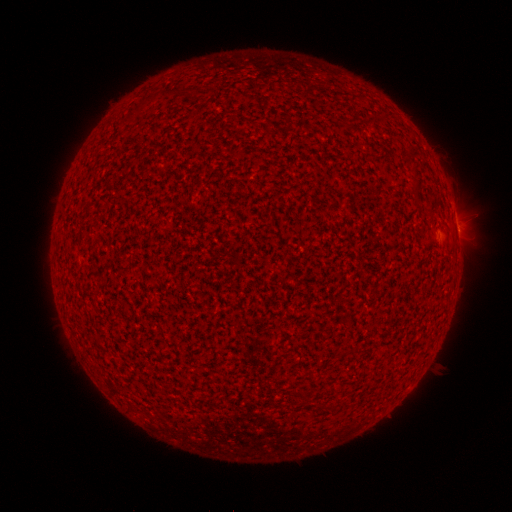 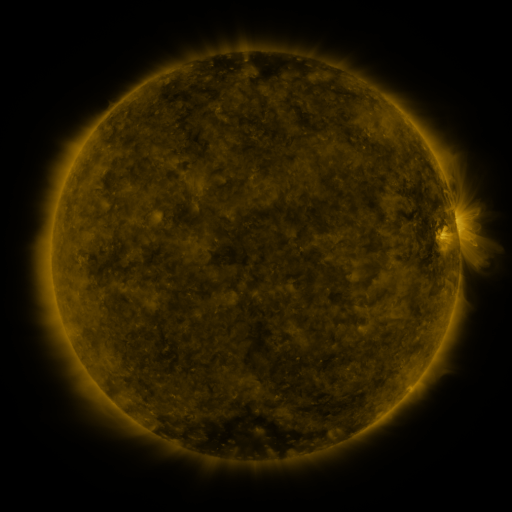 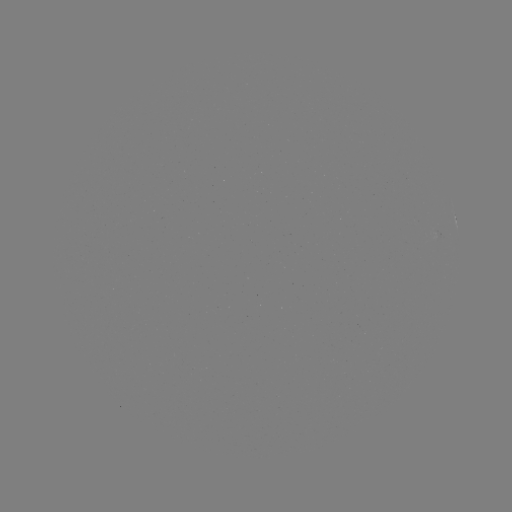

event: spotted active region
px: (457, 227)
